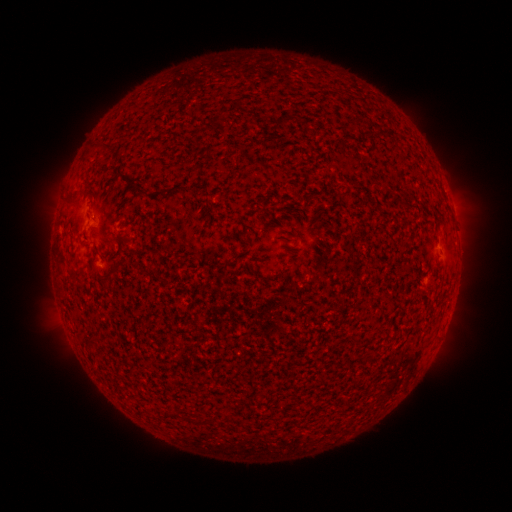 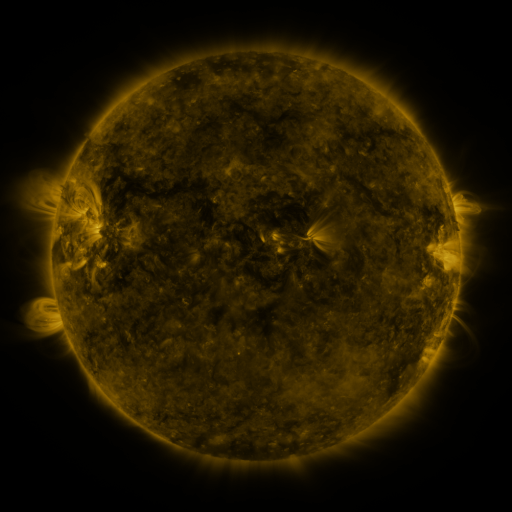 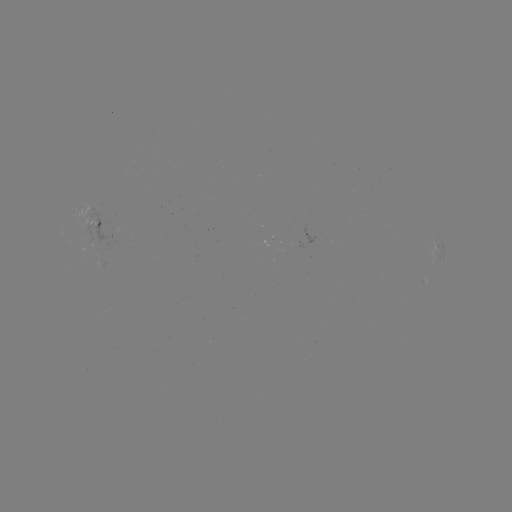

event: spotted active region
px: (98, 221)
